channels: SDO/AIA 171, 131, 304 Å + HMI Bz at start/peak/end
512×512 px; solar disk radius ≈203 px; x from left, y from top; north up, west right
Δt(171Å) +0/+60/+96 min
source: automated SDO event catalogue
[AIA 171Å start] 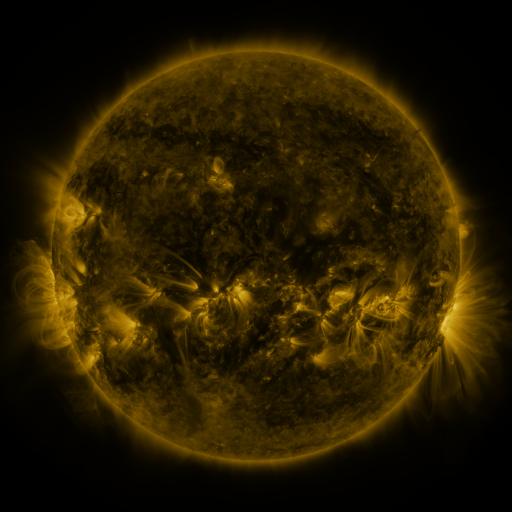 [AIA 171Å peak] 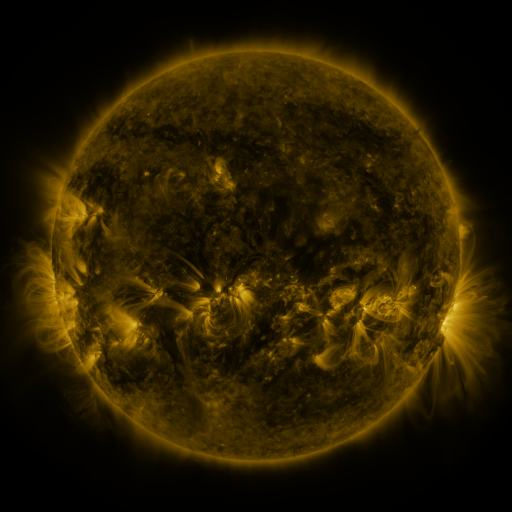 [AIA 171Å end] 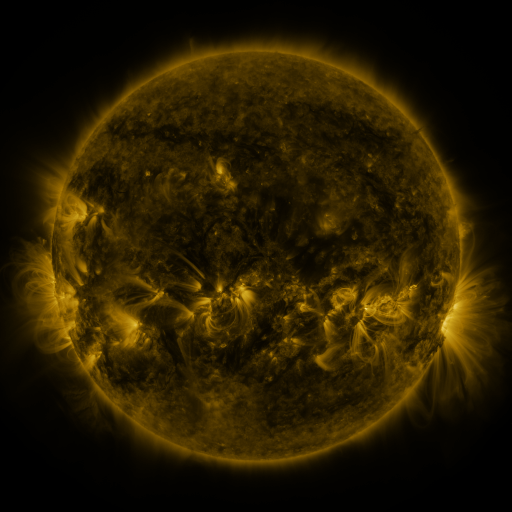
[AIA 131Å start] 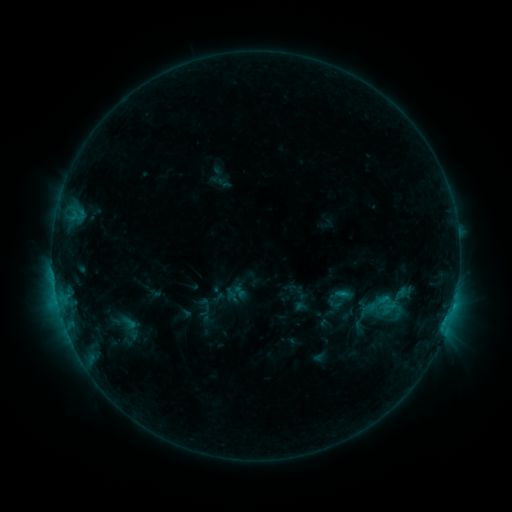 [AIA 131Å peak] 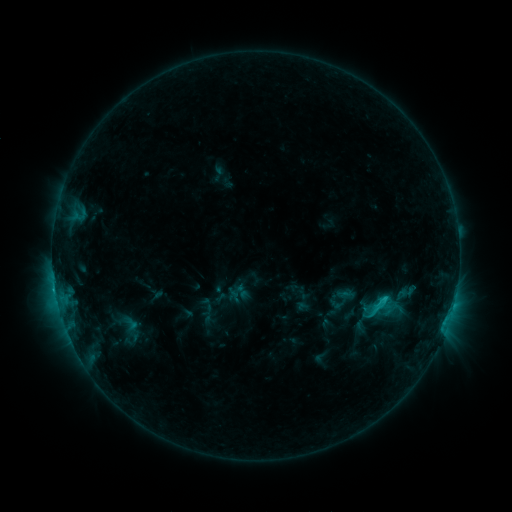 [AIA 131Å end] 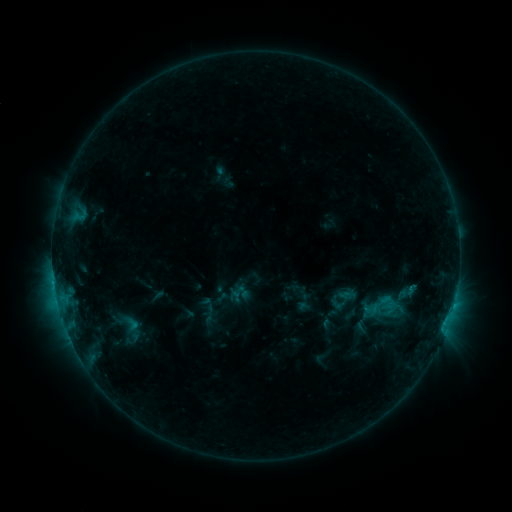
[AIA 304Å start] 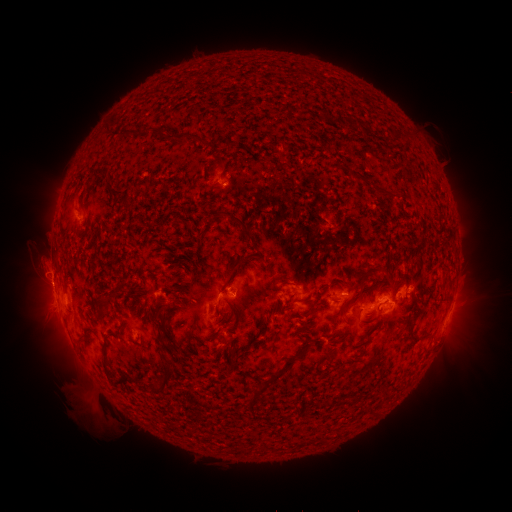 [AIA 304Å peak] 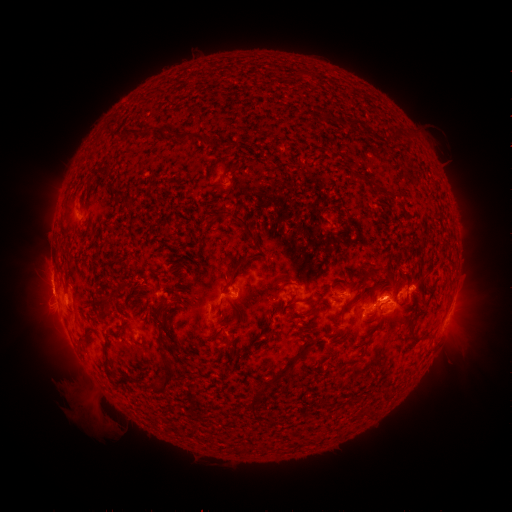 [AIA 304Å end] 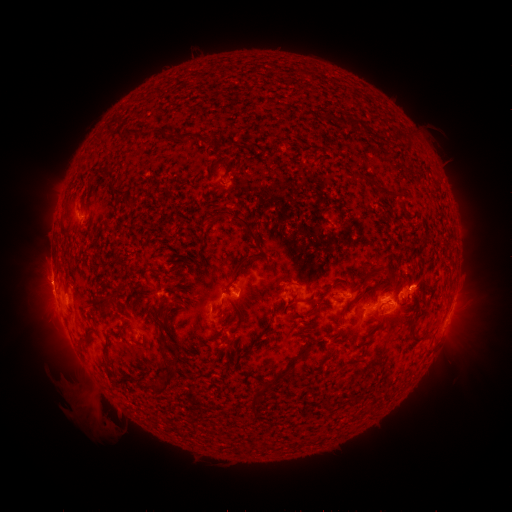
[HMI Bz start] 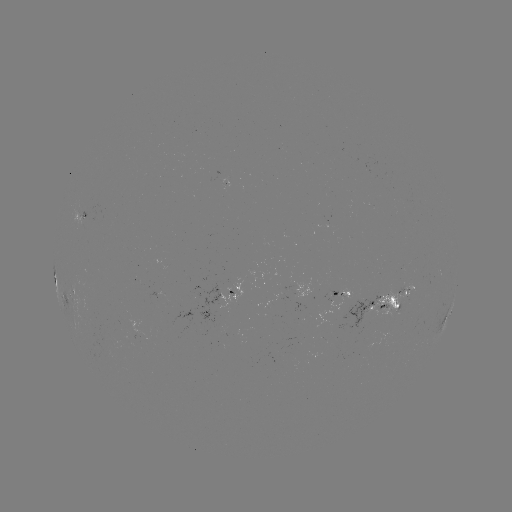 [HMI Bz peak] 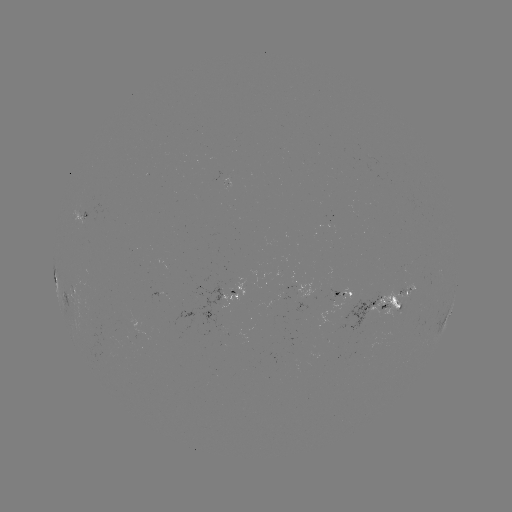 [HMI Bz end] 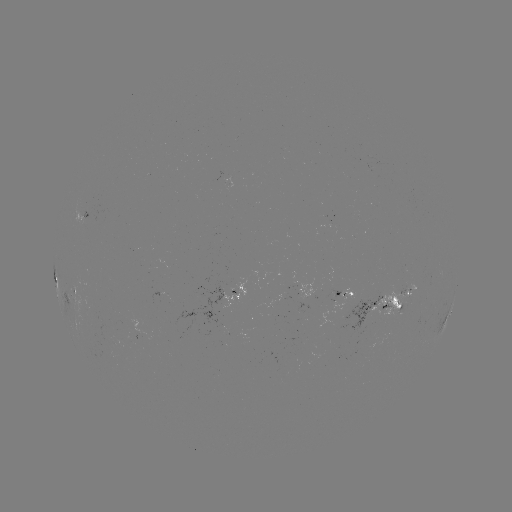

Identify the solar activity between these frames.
emerging-flux region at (138, 332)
